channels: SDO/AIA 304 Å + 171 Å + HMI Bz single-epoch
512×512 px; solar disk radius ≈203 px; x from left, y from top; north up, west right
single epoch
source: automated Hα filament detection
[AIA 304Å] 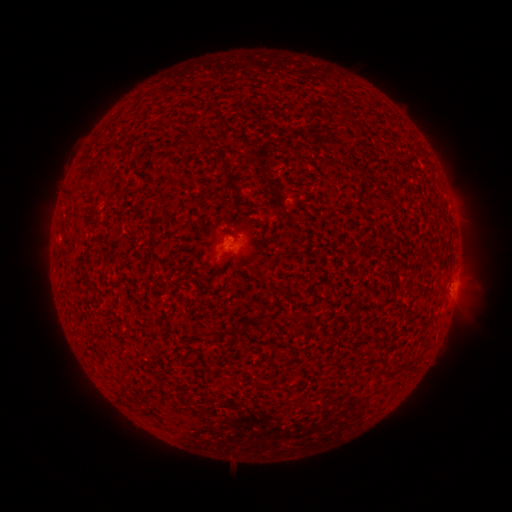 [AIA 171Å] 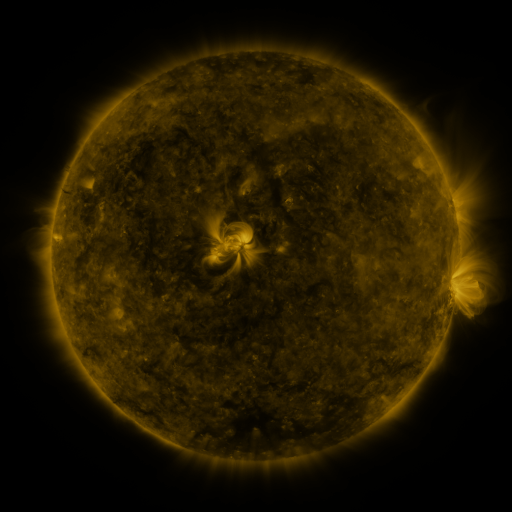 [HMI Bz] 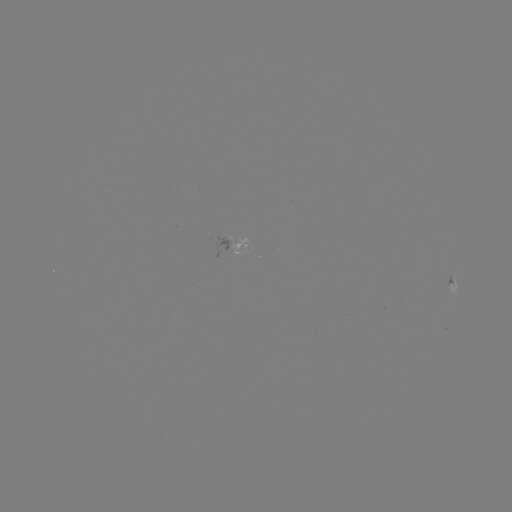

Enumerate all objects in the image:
filament: (198, 135)
filament: (206, 140)
filament: (221, 162)
filament: (232, 332)
